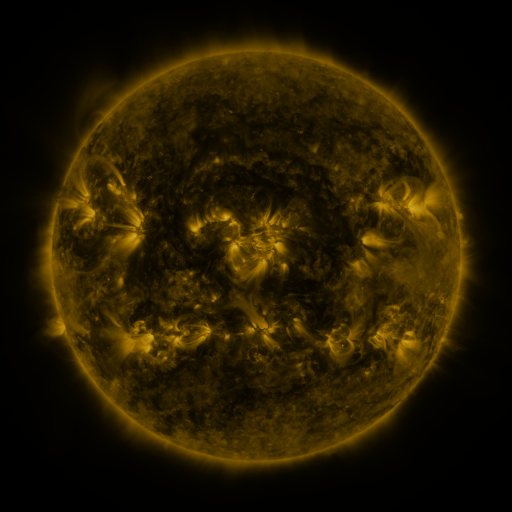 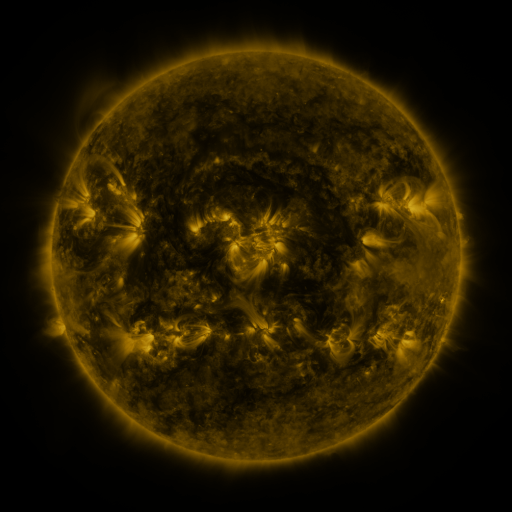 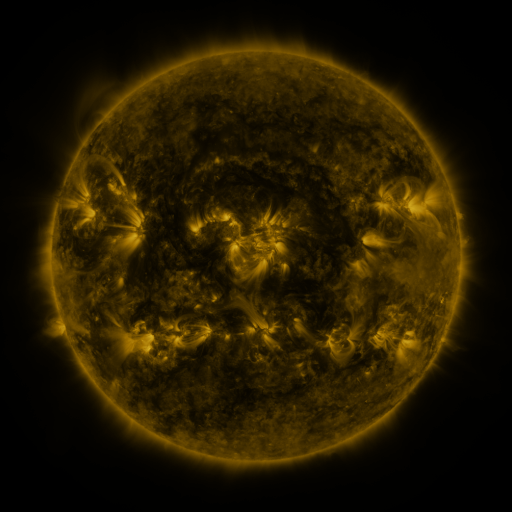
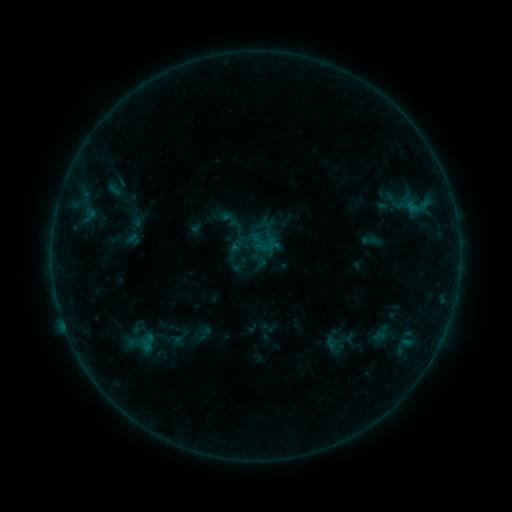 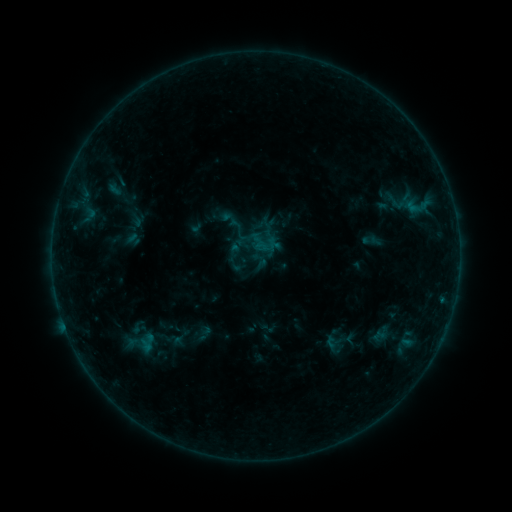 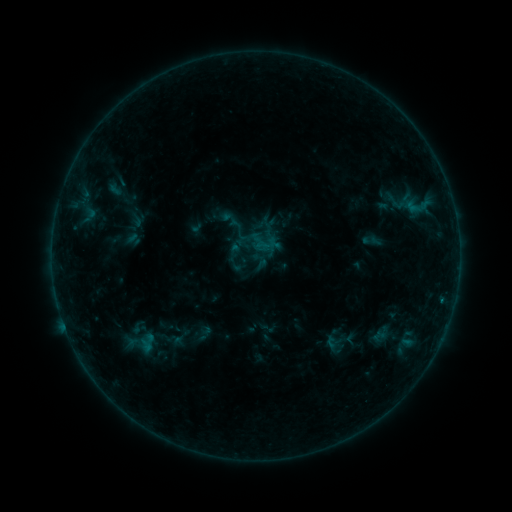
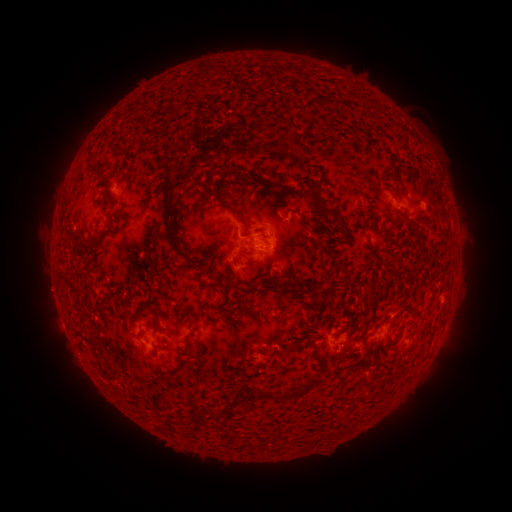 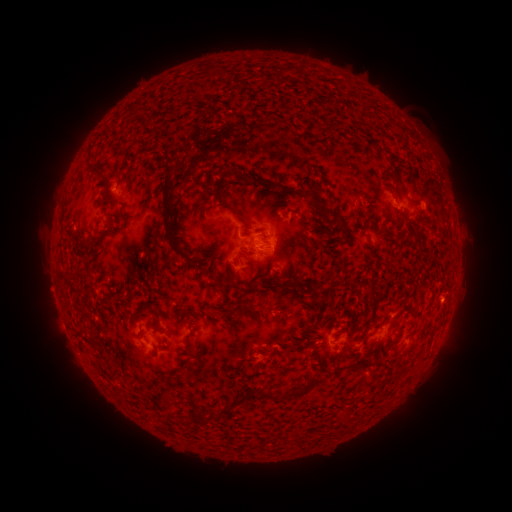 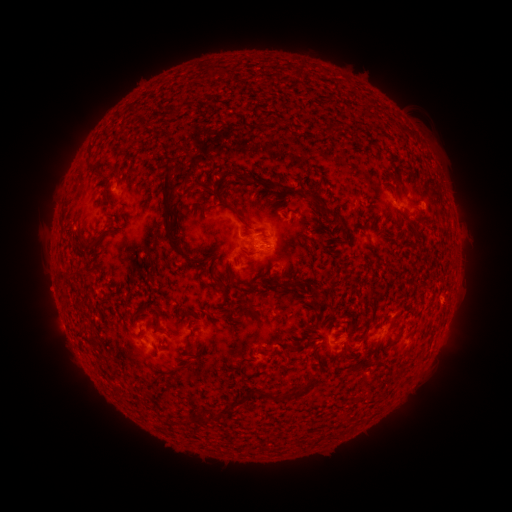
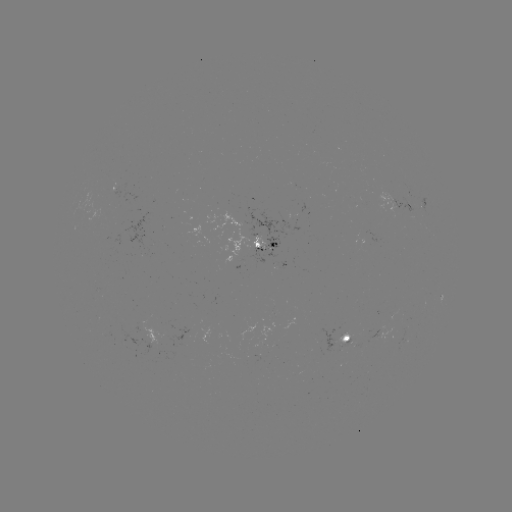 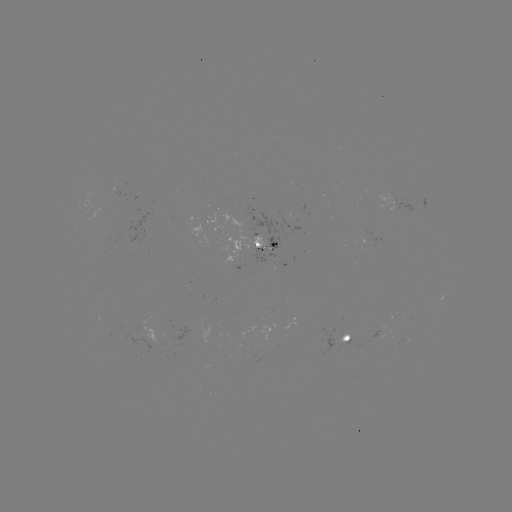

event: flare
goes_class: B3.9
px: (441, 300)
